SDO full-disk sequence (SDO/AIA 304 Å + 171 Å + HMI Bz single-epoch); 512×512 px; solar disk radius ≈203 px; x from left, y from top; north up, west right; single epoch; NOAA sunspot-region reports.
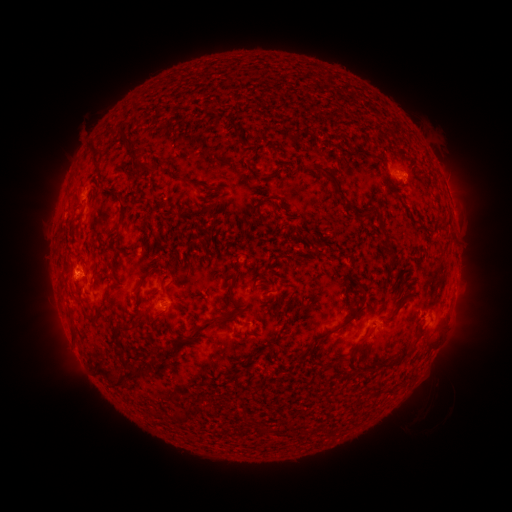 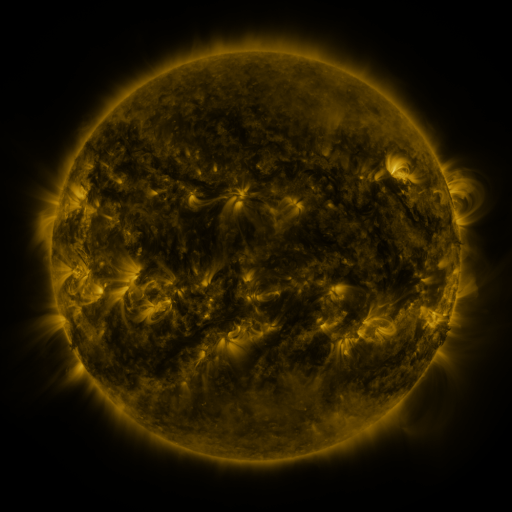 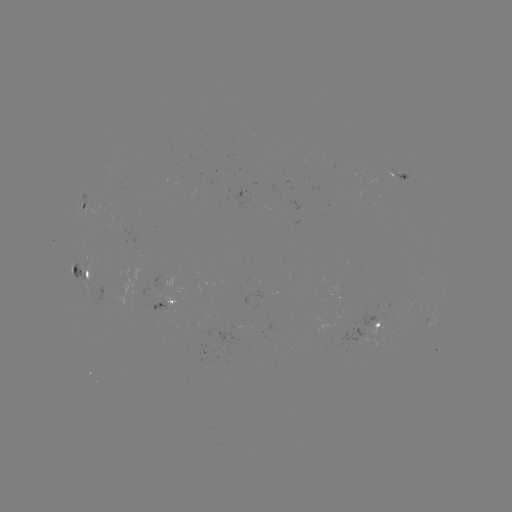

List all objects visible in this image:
spotted active region: (404, 177)
spotted active region: (85, 205)
spotted active region: (86, 272)
spotted active region: (164, 305)
spotted active region: (382, 328)
